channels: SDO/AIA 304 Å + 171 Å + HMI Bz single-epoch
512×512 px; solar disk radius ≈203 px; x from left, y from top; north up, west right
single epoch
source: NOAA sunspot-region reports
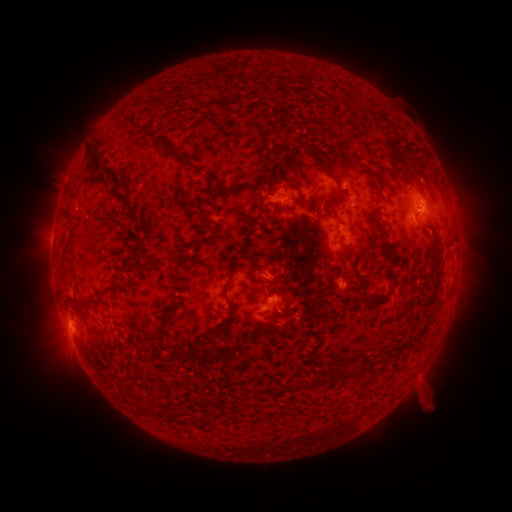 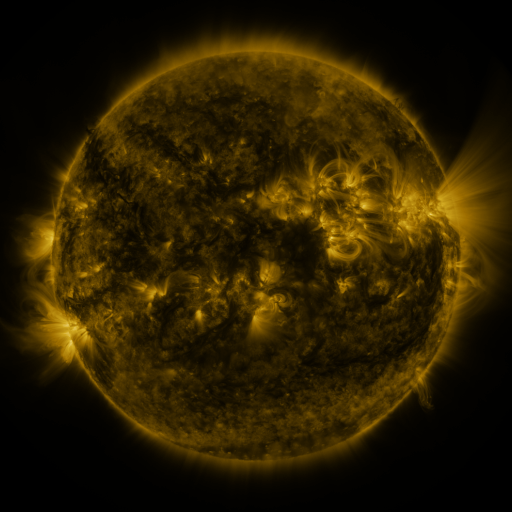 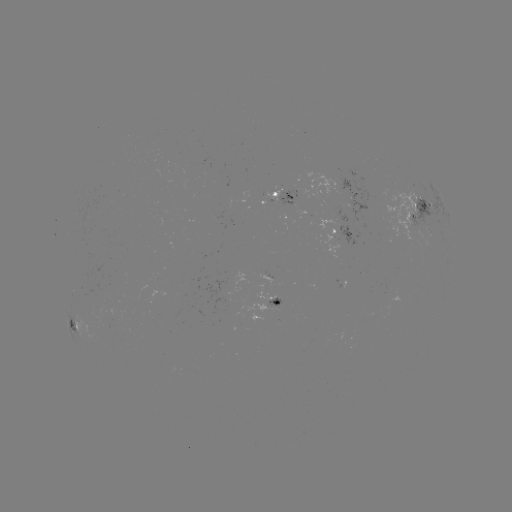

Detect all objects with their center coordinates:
spotted active region: (283, 198)
spotted active region: (353, 198)
spotted active region: (417, 207)
spotted active region: (344, 236)
spotted active region: (273, 300)
spotted active region: (75, 322)
